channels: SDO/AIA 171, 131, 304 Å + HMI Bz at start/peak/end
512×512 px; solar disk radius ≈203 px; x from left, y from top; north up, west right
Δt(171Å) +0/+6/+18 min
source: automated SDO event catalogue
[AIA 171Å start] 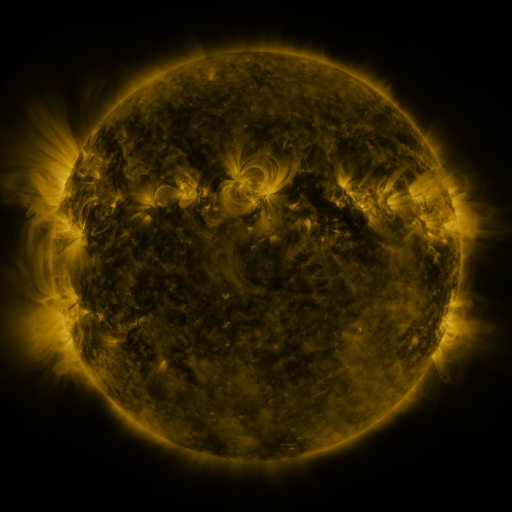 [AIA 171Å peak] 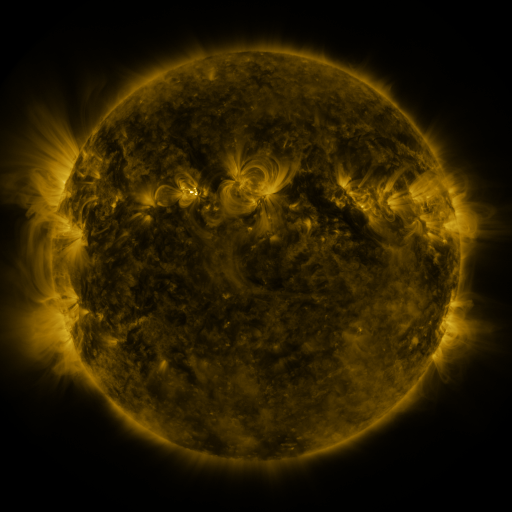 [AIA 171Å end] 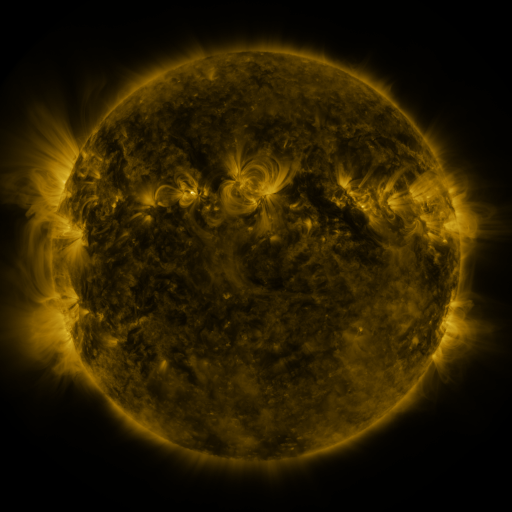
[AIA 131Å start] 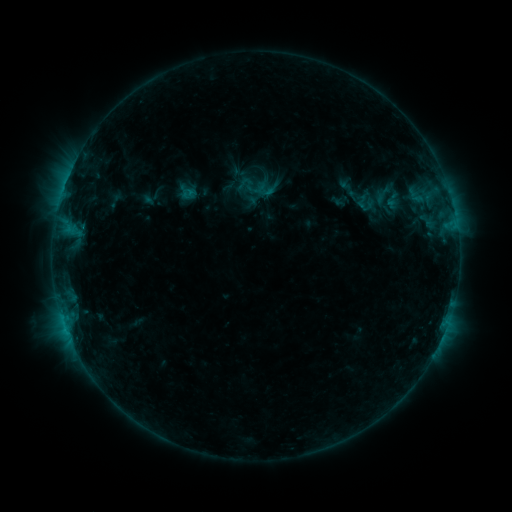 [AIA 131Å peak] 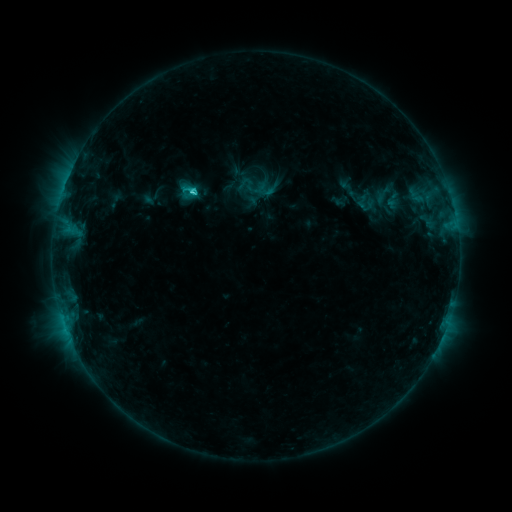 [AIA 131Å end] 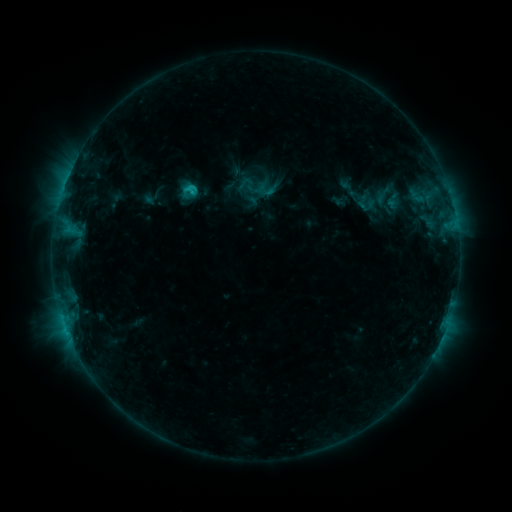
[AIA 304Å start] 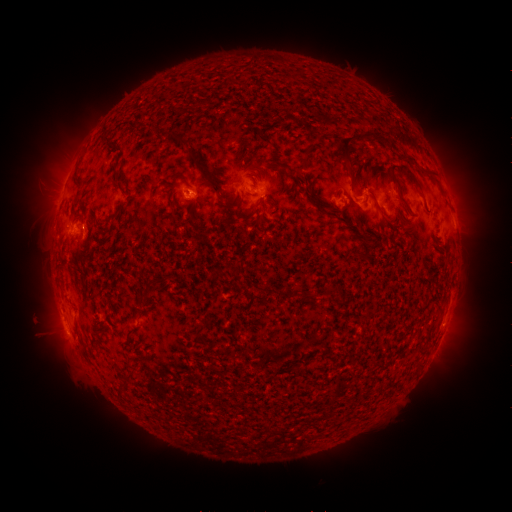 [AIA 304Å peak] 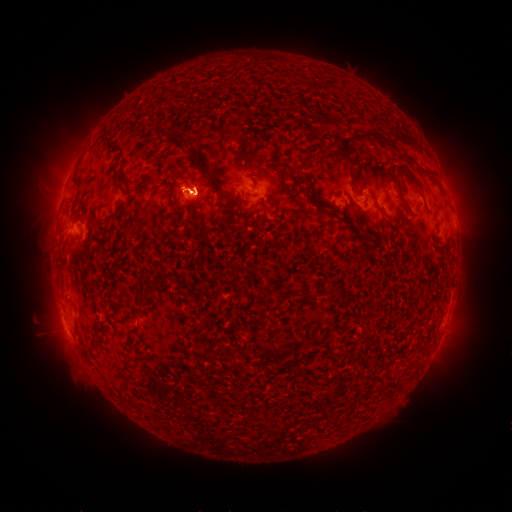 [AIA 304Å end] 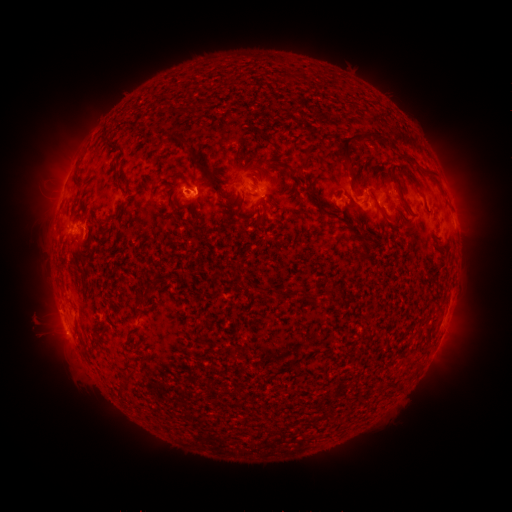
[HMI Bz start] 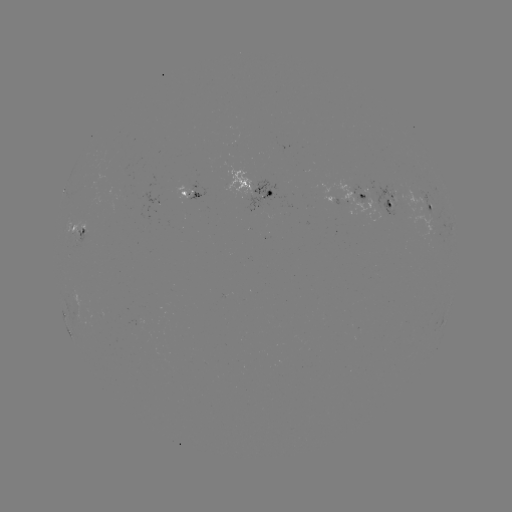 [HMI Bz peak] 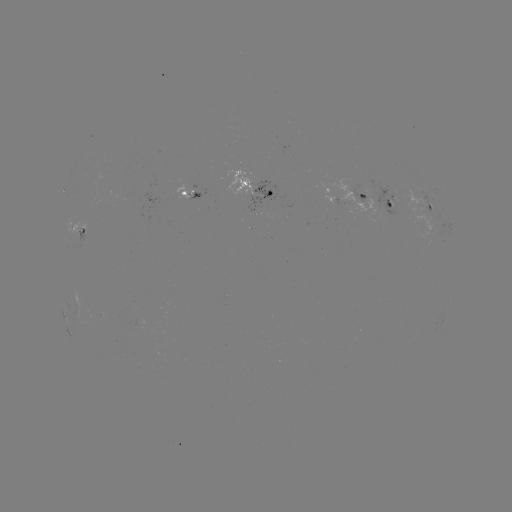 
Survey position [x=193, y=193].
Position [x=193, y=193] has C2.1 flare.